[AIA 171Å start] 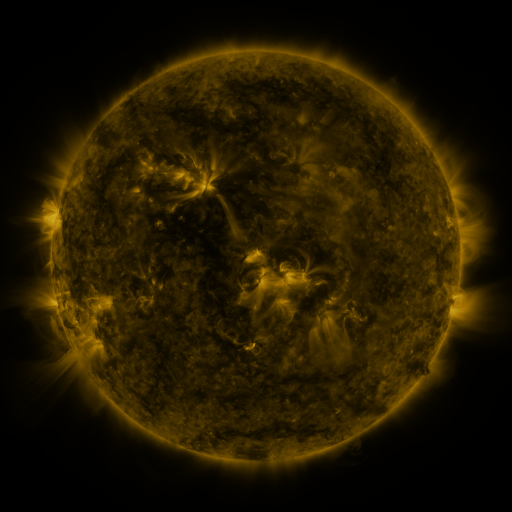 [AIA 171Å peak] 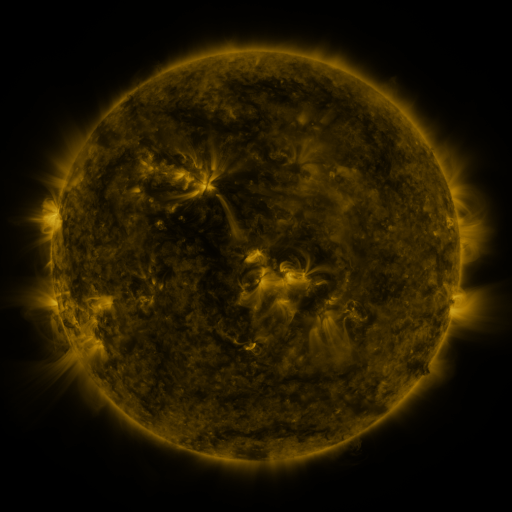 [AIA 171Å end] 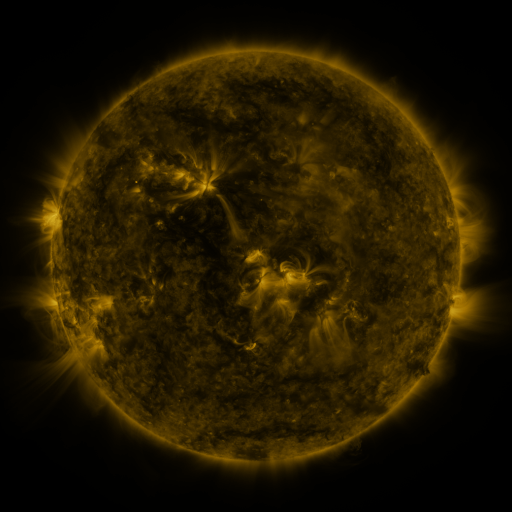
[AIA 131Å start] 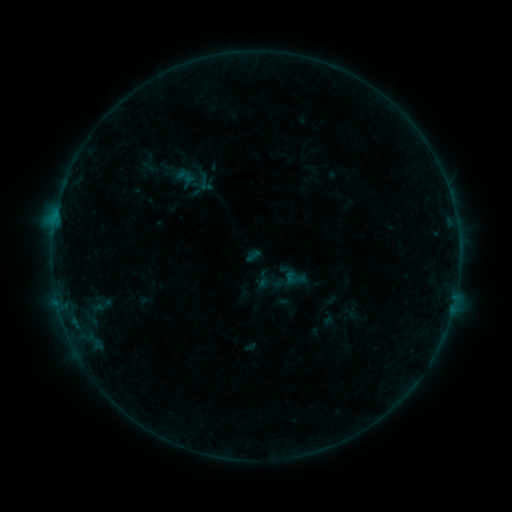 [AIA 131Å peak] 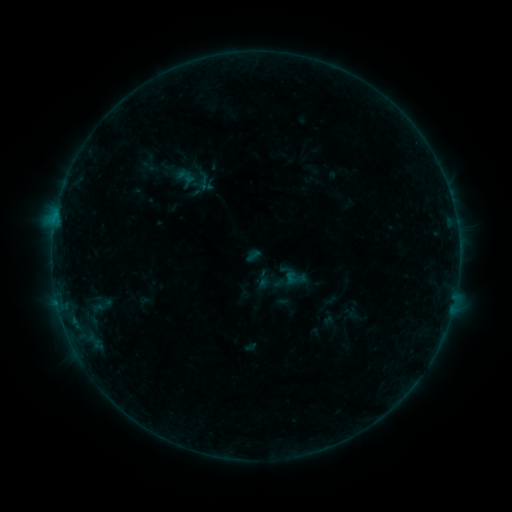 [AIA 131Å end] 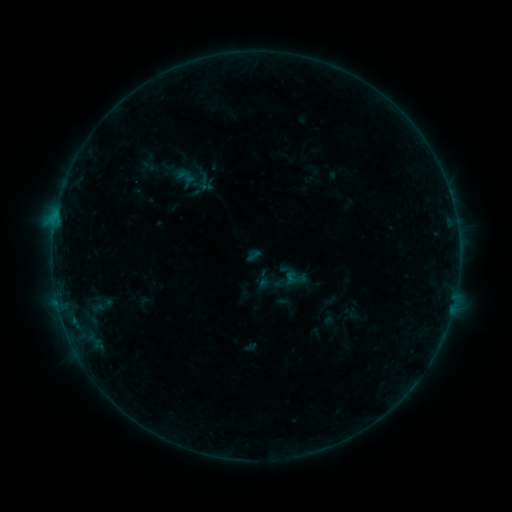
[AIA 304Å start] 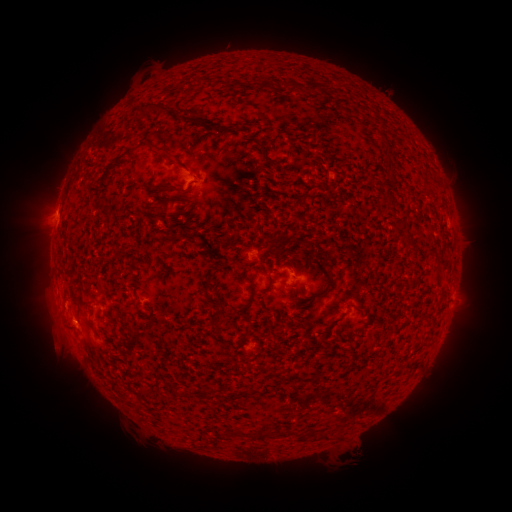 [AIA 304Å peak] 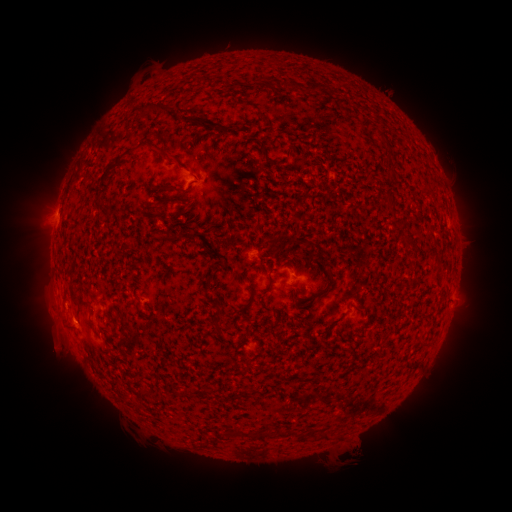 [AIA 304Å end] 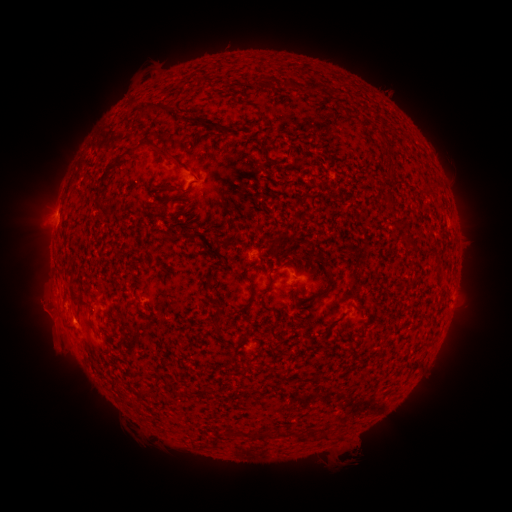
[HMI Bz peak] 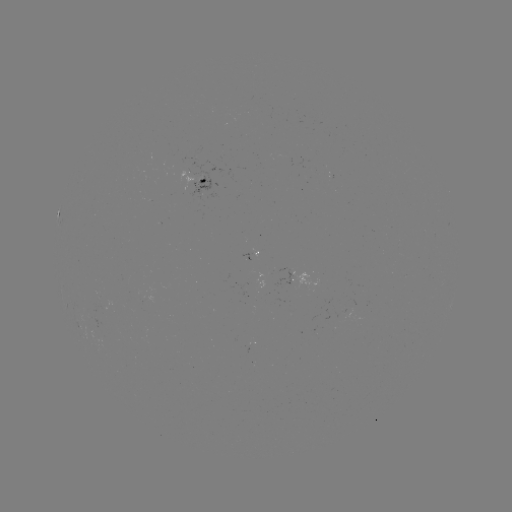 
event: eruption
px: (42, 315)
